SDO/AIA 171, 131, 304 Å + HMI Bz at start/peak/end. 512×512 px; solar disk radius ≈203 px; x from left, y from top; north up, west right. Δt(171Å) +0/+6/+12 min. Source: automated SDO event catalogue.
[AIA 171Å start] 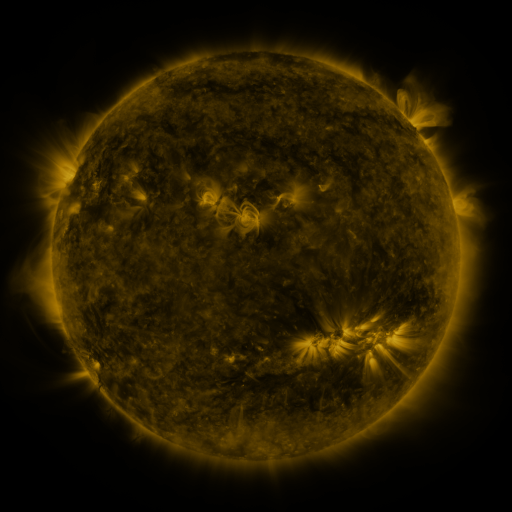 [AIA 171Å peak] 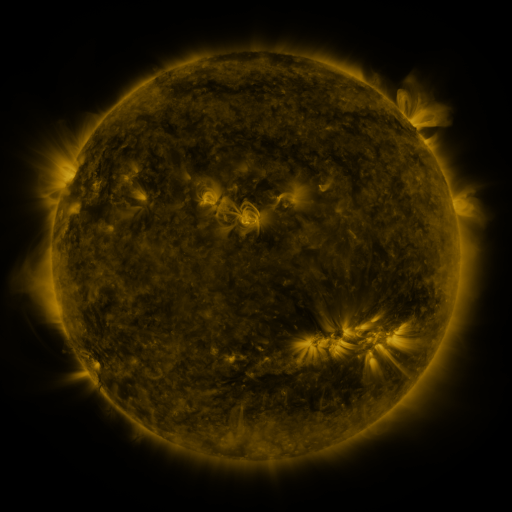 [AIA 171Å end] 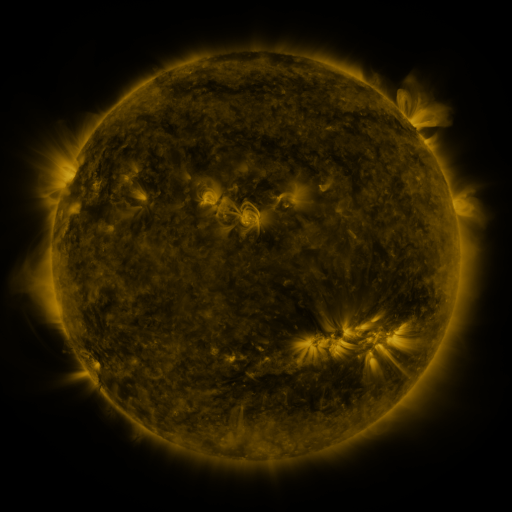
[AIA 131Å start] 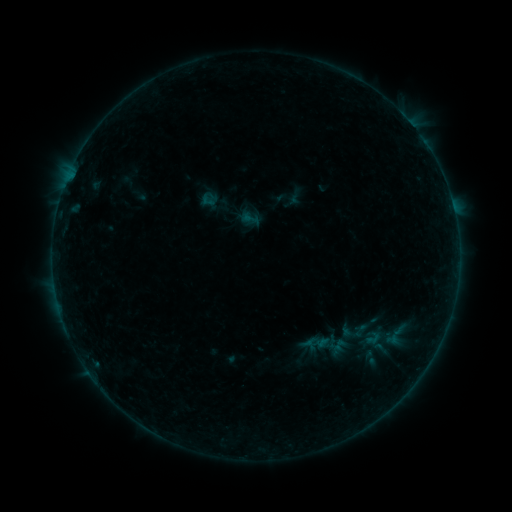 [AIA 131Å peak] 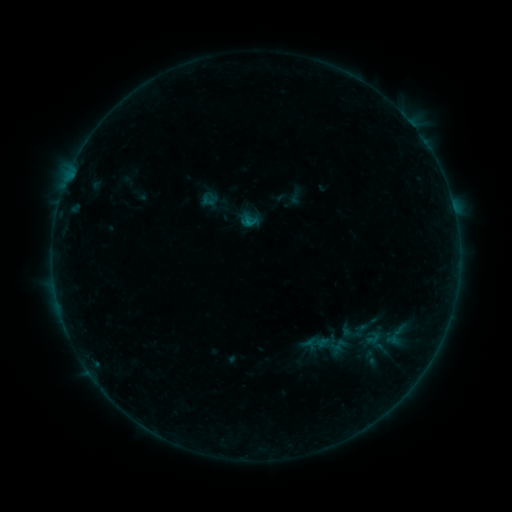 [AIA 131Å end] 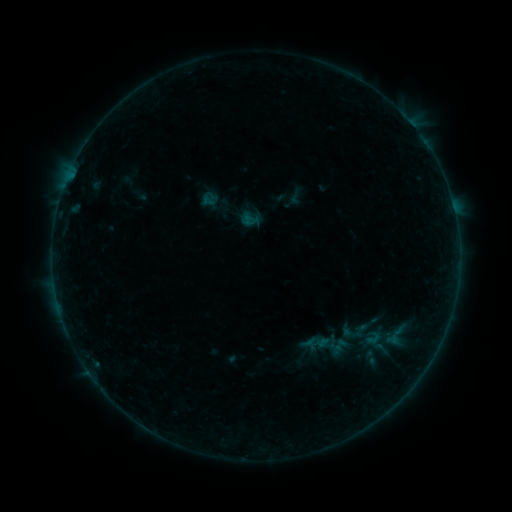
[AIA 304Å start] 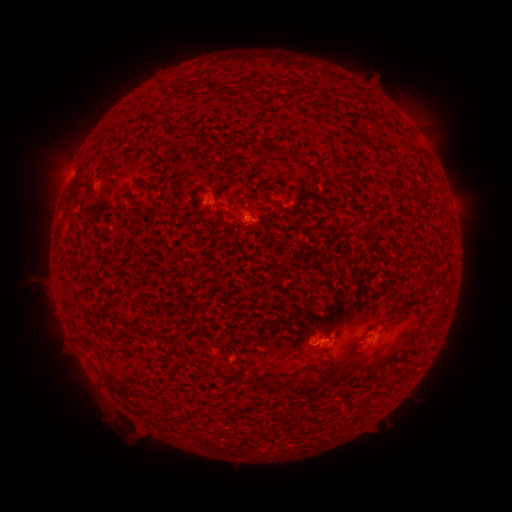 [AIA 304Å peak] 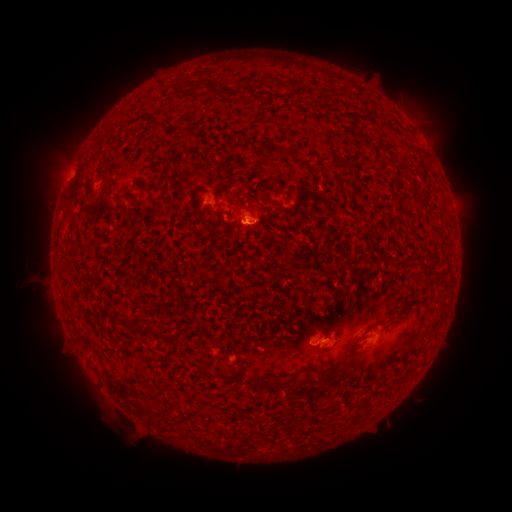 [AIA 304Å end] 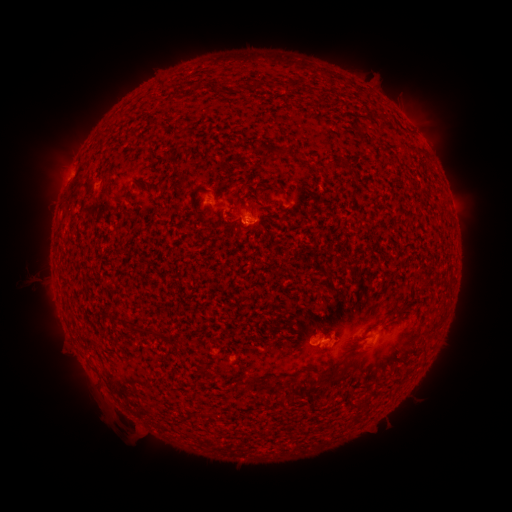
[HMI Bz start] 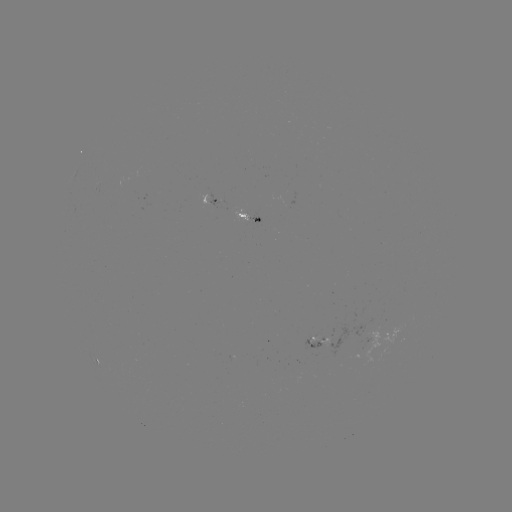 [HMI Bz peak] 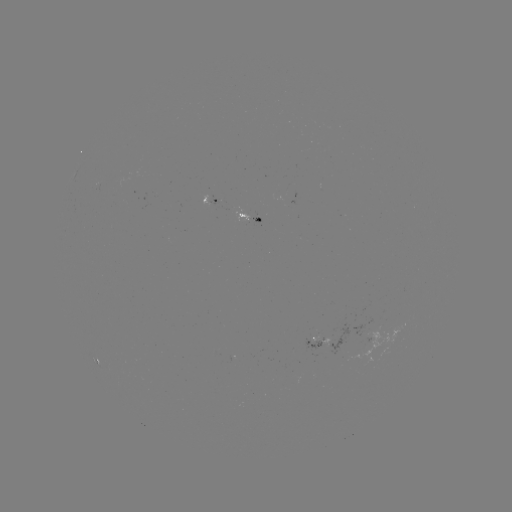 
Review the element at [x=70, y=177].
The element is B2.0 flare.